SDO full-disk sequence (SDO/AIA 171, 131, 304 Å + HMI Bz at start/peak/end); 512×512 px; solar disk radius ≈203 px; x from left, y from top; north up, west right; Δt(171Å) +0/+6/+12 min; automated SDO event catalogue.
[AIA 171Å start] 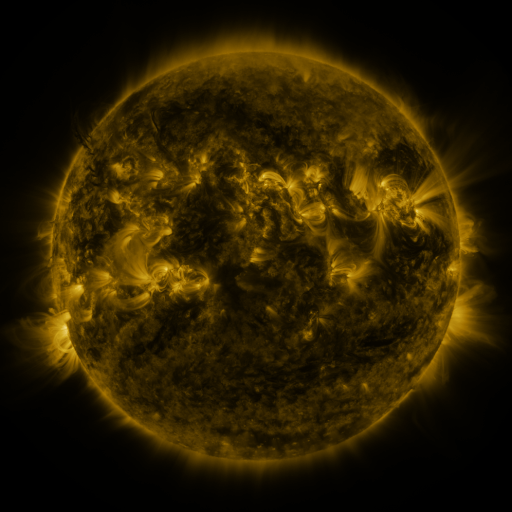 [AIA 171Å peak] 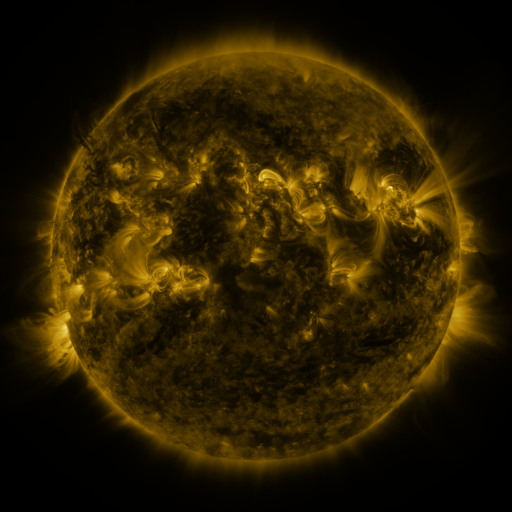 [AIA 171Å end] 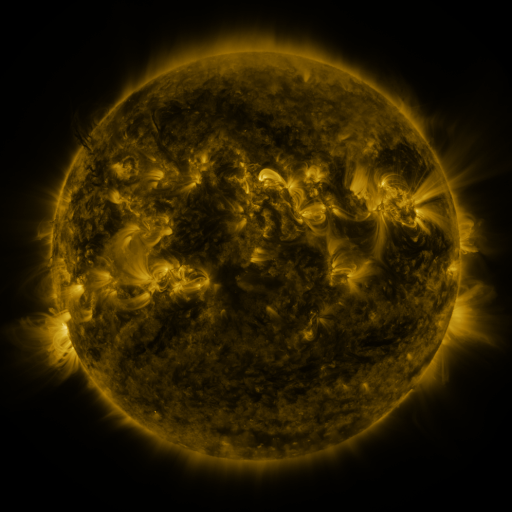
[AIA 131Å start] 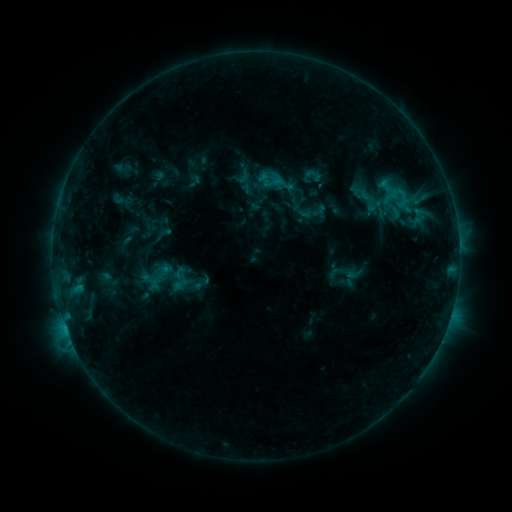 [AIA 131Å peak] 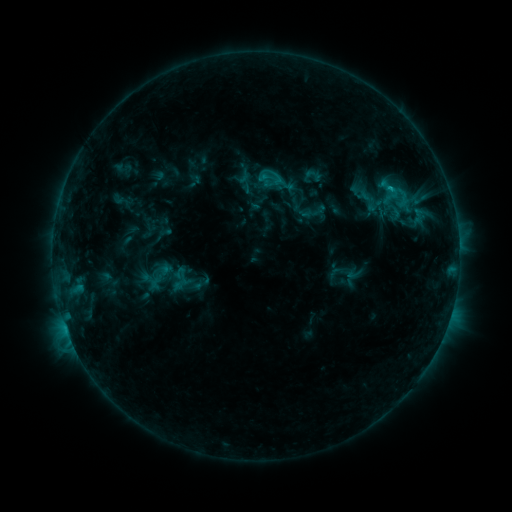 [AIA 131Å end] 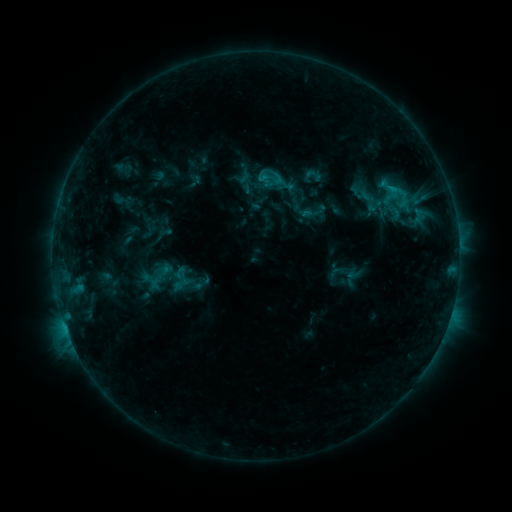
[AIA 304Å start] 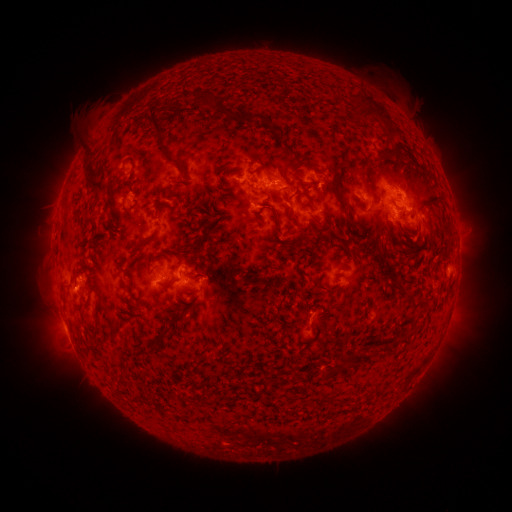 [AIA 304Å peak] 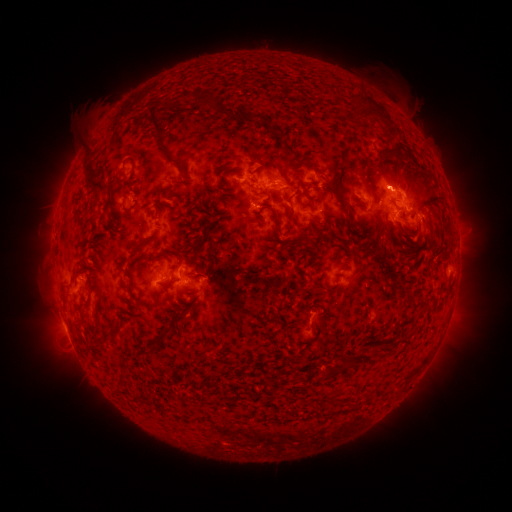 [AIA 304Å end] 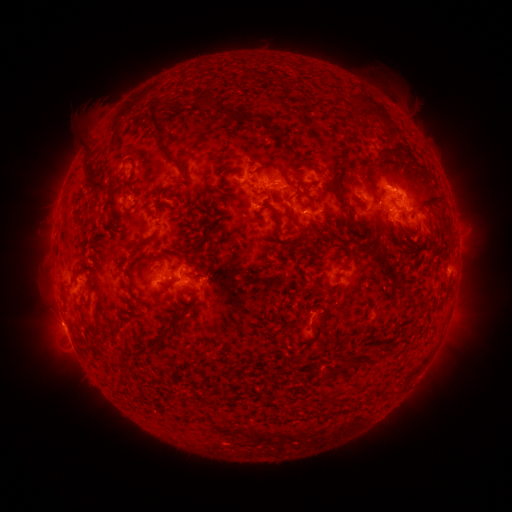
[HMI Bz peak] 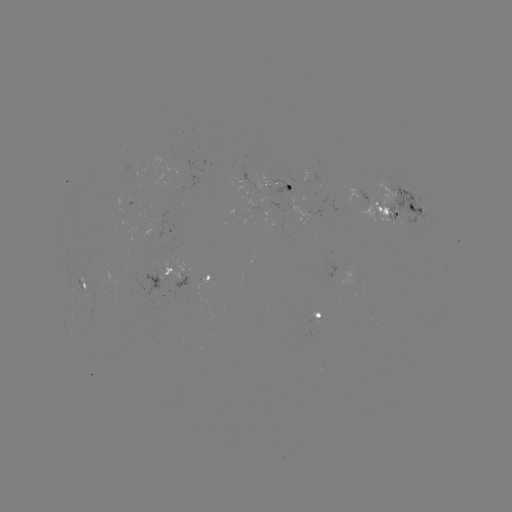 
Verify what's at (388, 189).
C1.1 flare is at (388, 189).